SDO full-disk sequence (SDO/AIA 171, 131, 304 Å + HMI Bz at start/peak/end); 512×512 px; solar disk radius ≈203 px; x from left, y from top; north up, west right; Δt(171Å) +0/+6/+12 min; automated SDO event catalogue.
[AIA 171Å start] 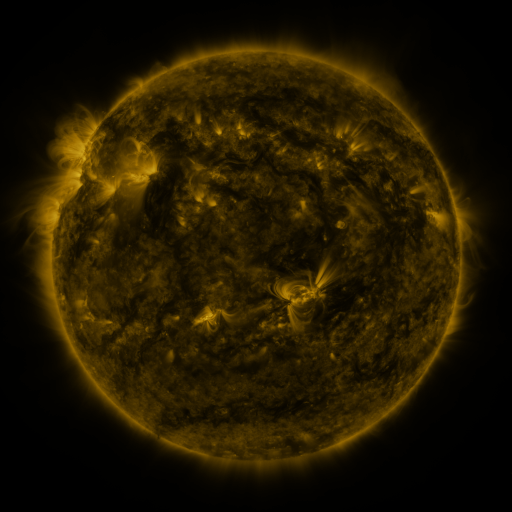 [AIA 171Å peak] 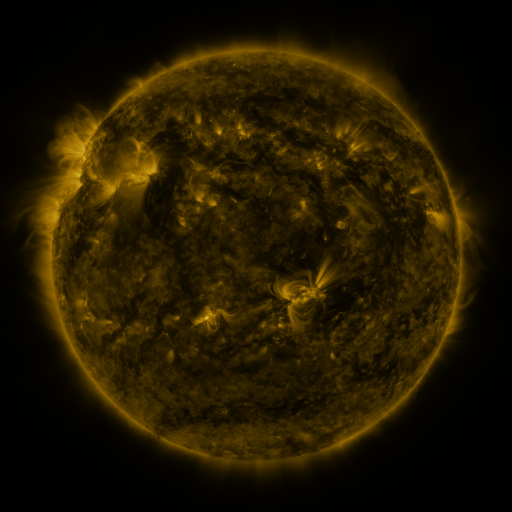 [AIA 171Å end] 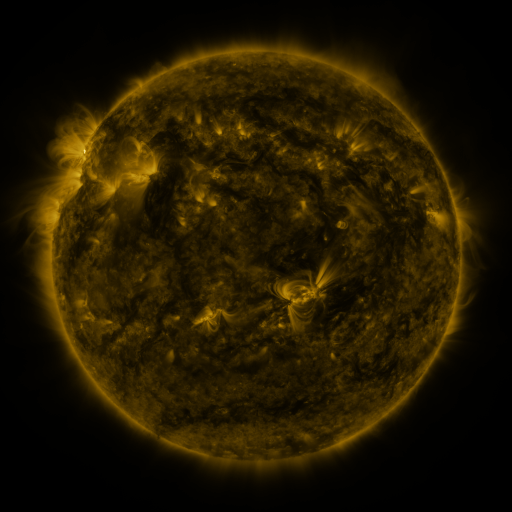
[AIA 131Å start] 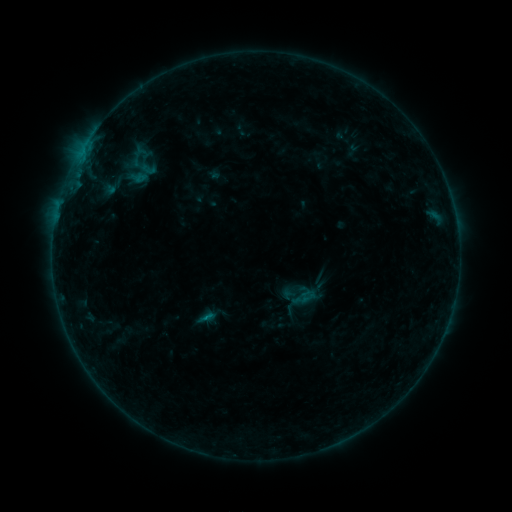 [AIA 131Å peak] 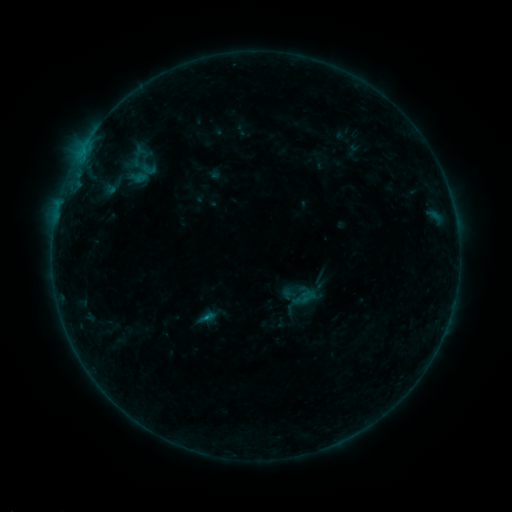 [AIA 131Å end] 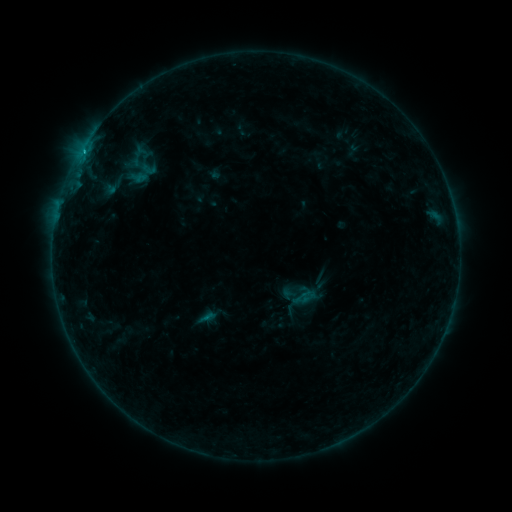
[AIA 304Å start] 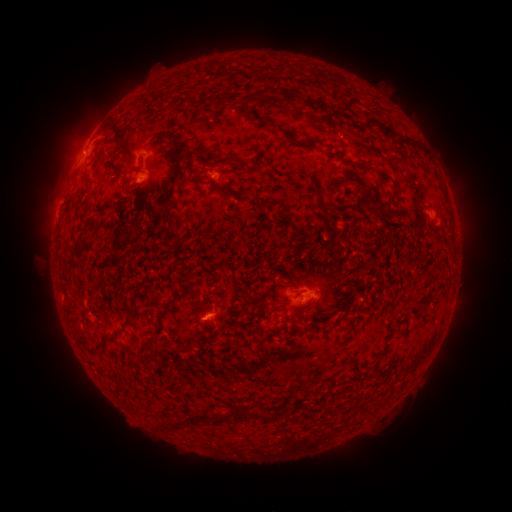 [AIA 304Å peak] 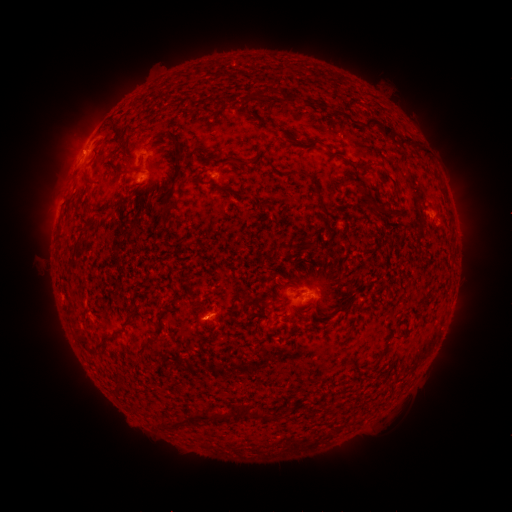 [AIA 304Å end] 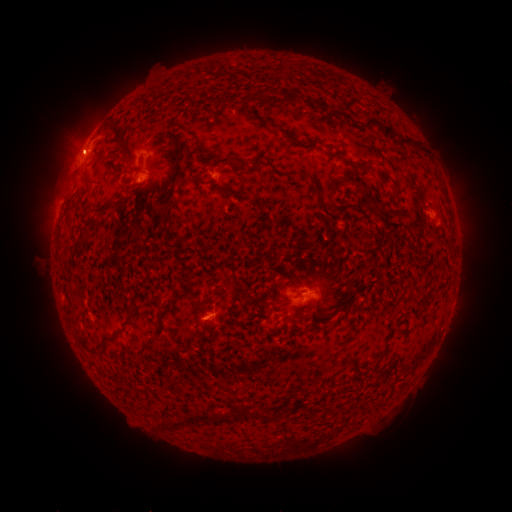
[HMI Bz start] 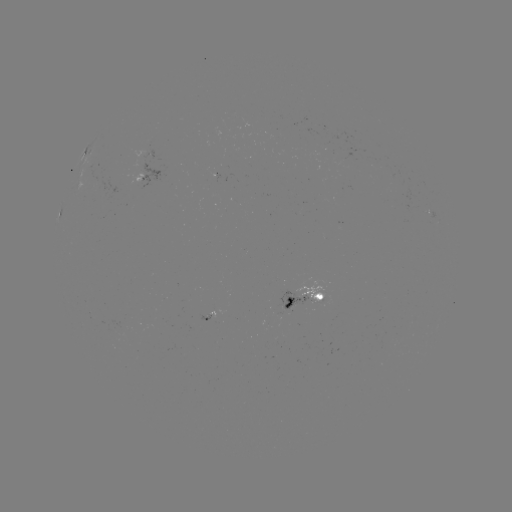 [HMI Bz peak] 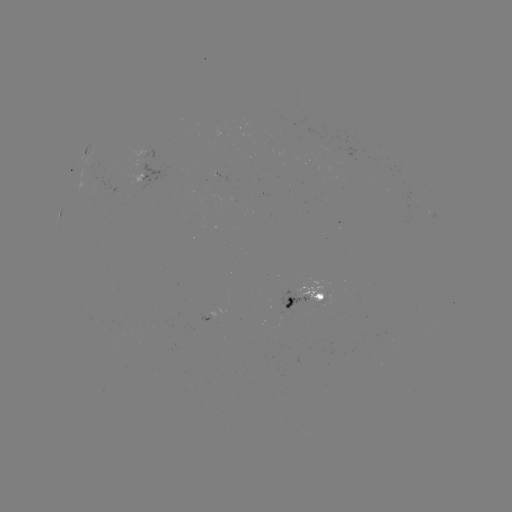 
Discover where B5.1 flare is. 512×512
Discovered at [207, 314].